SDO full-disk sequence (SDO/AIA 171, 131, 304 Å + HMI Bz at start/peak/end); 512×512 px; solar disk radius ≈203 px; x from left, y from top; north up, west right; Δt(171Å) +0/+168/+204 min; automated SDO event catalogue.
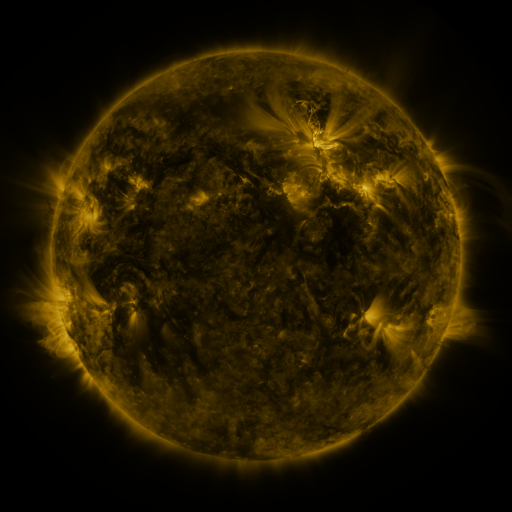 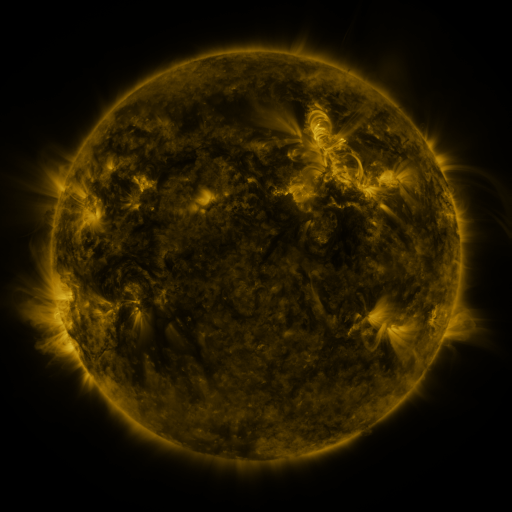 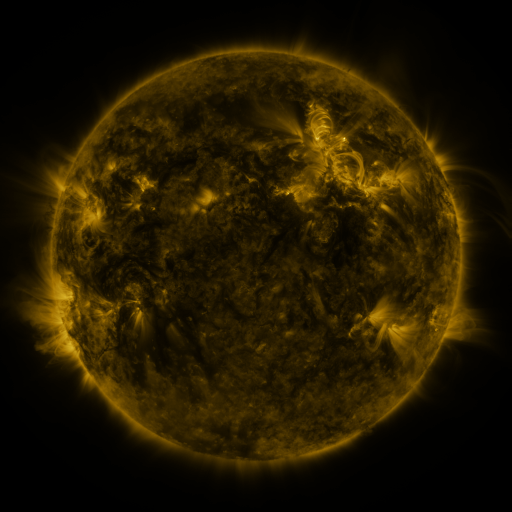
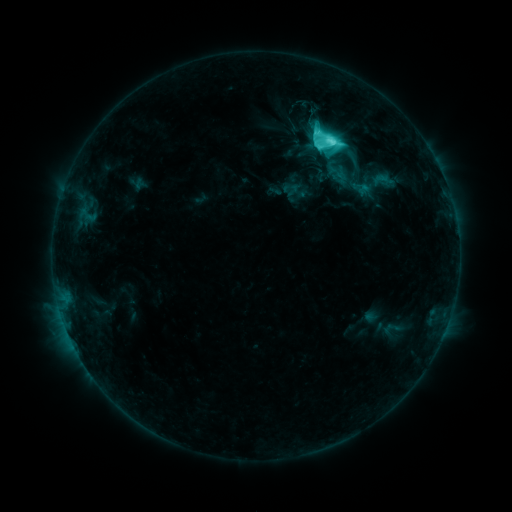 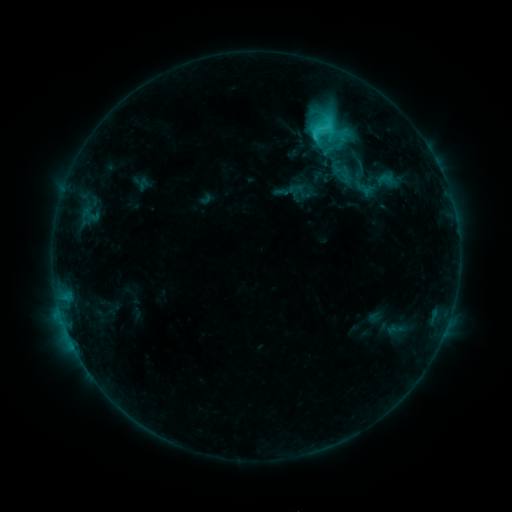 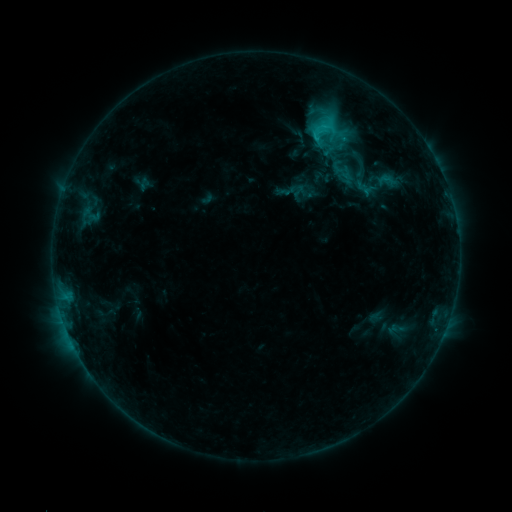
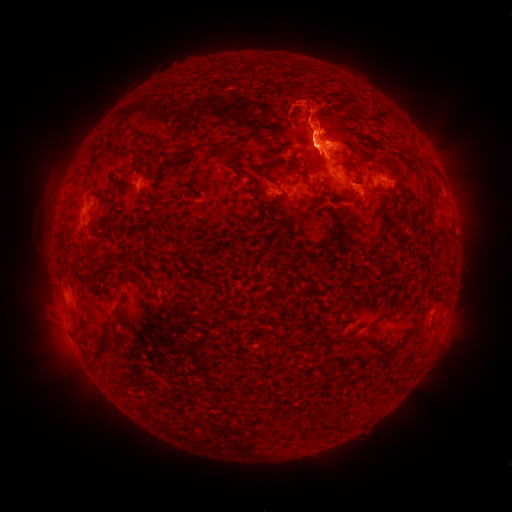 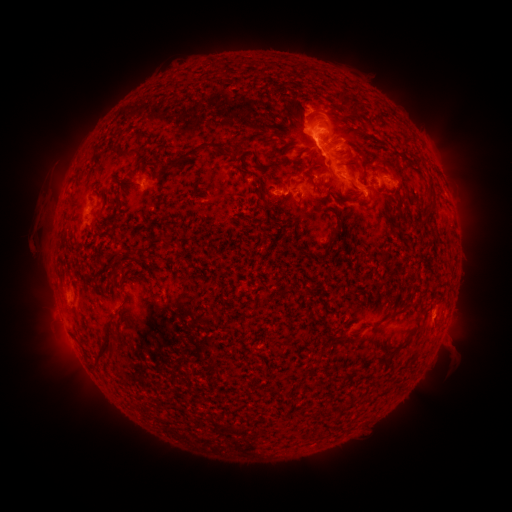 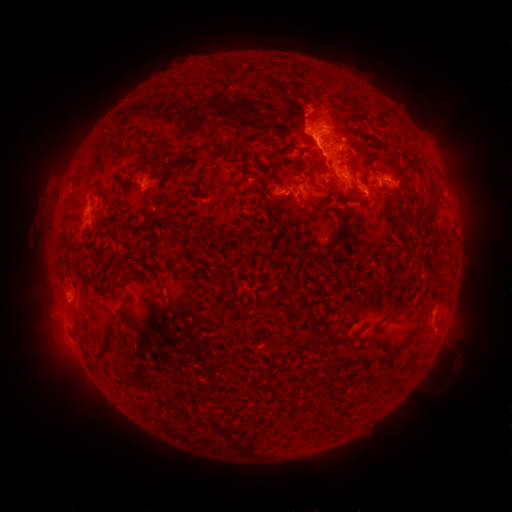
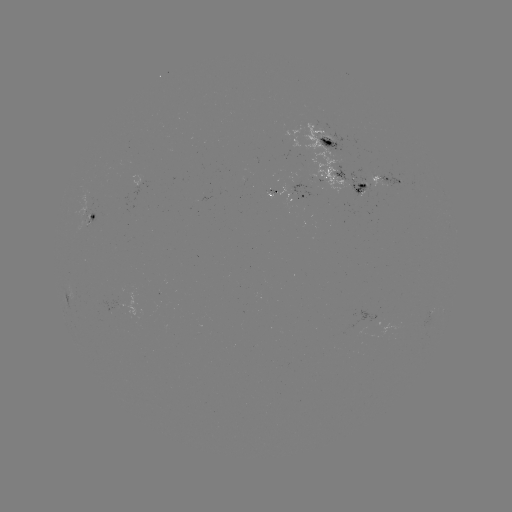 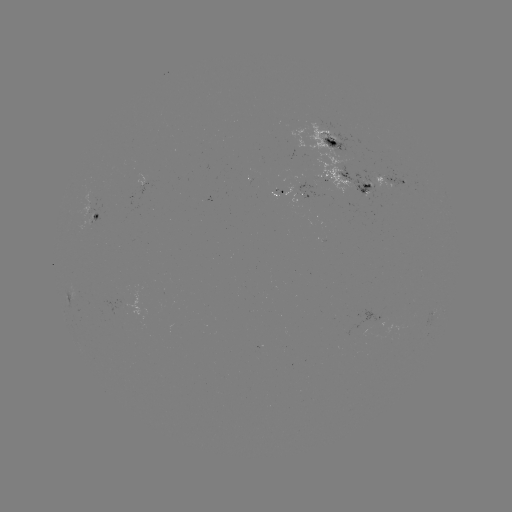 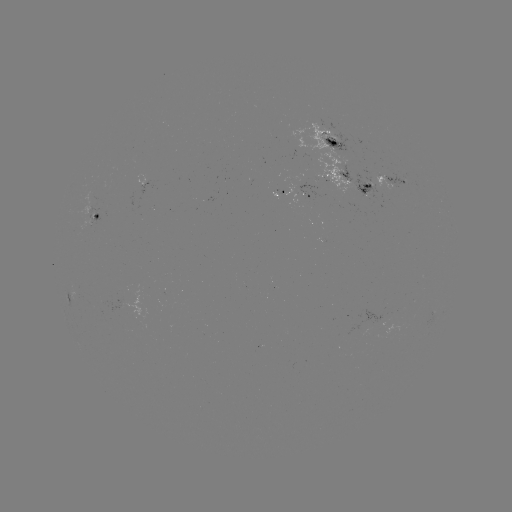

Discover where emerging-flux region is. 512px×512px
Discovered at [301, 186].